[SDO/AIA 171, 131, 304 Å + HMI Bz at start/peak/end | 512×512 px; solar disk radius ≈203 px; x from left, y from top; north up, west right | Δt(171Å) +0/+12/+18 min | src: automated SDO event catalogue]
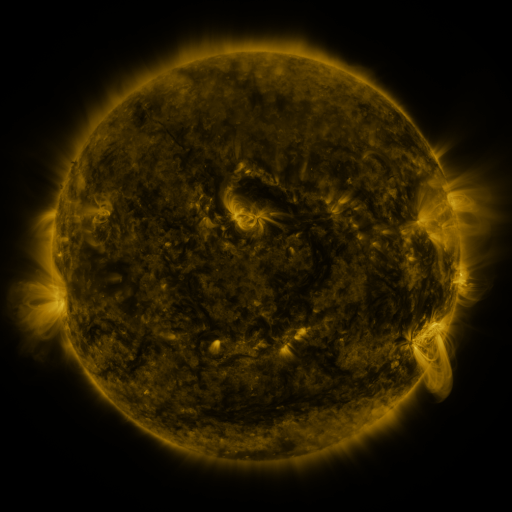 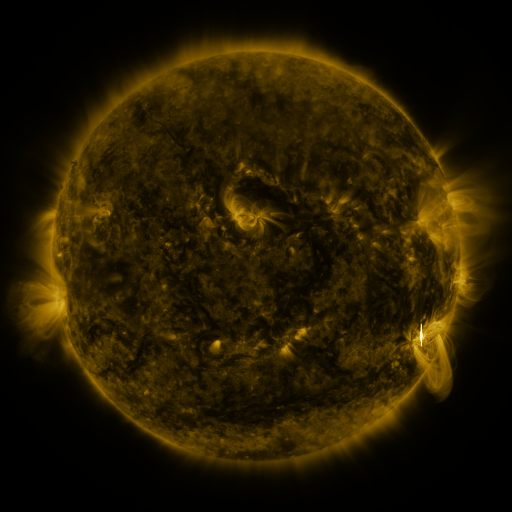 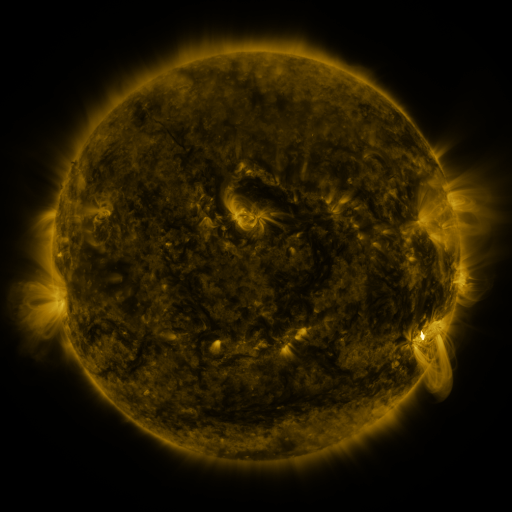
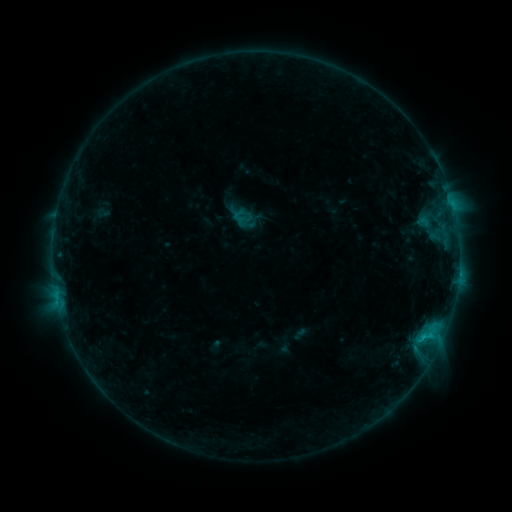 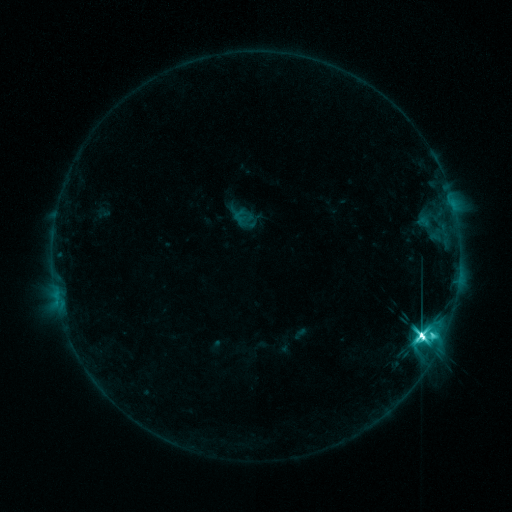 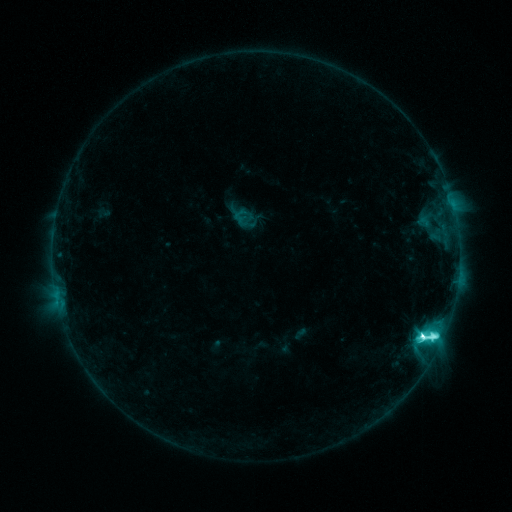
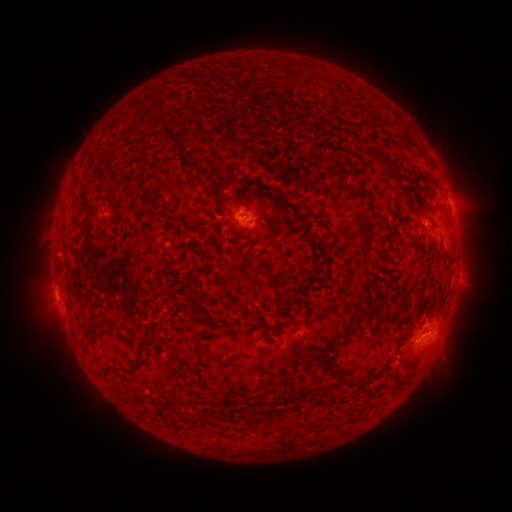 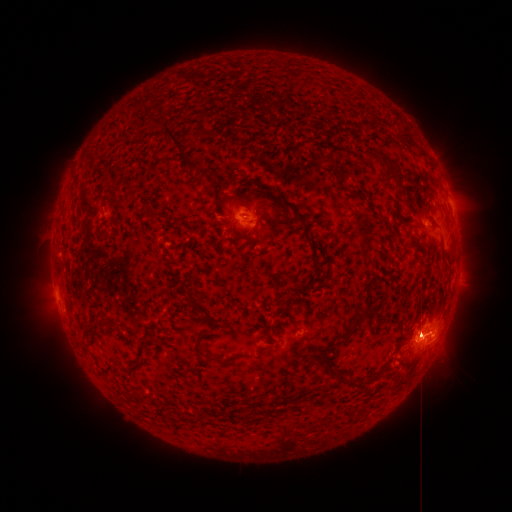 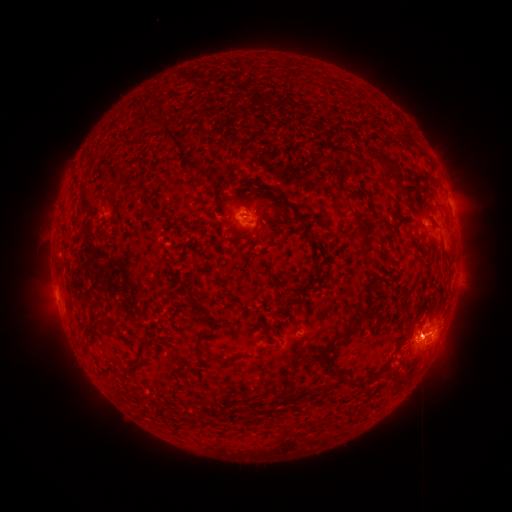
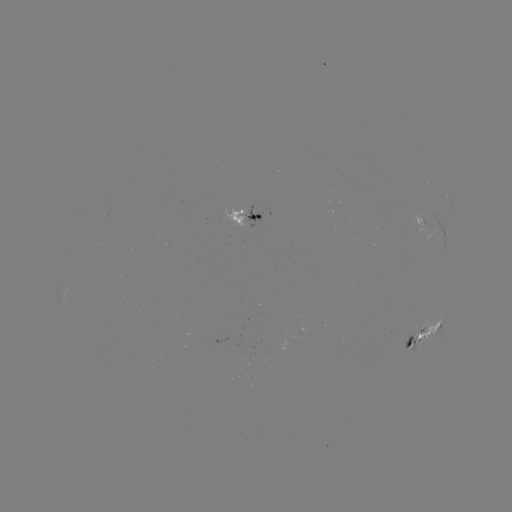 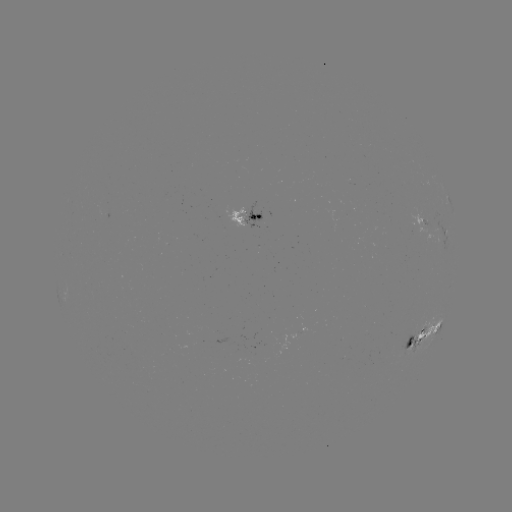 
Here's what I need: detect M4.5 flare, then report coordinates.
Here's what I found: M4.5 flare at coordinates (421, 336).